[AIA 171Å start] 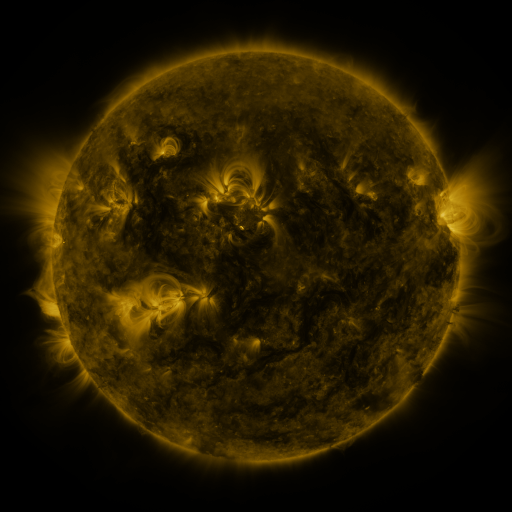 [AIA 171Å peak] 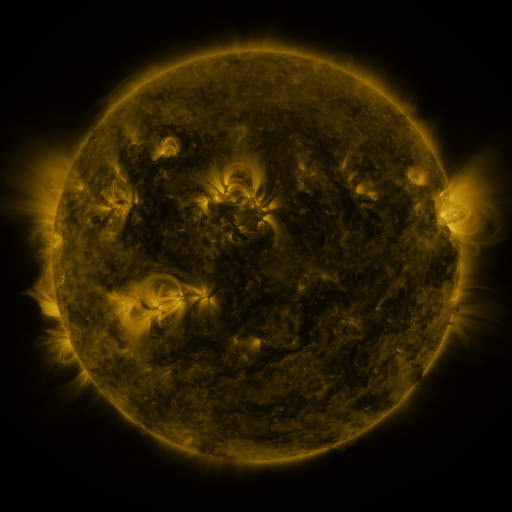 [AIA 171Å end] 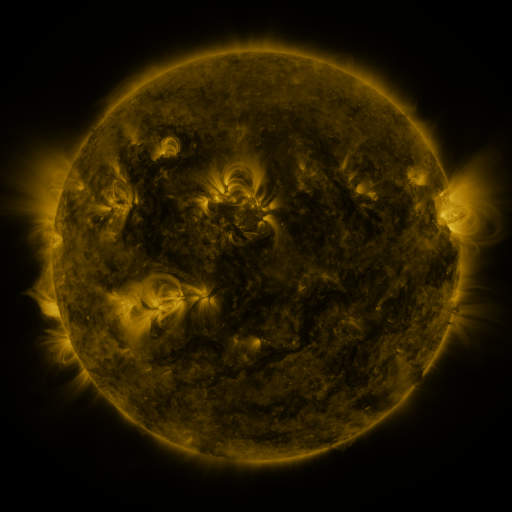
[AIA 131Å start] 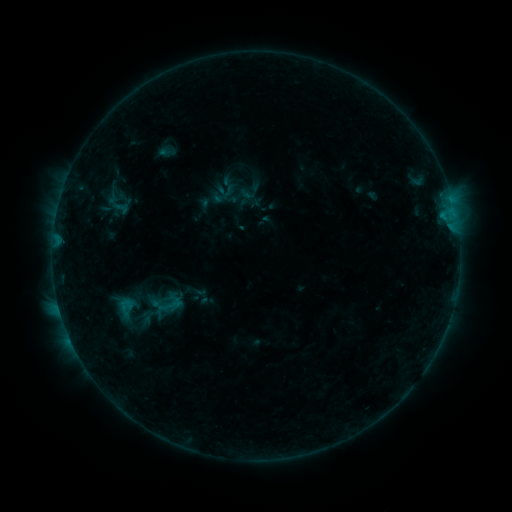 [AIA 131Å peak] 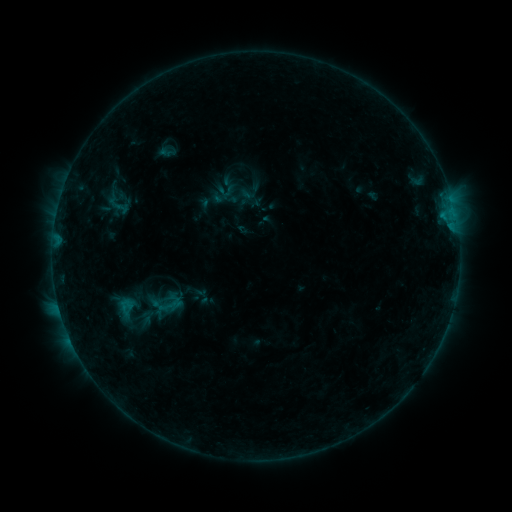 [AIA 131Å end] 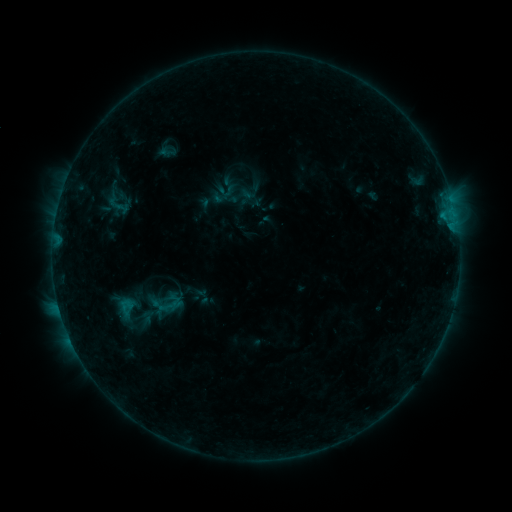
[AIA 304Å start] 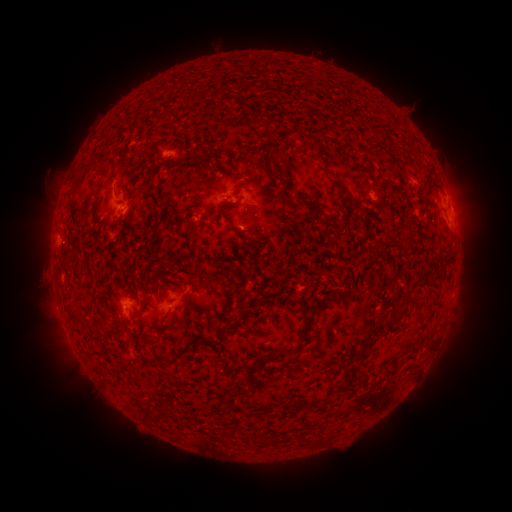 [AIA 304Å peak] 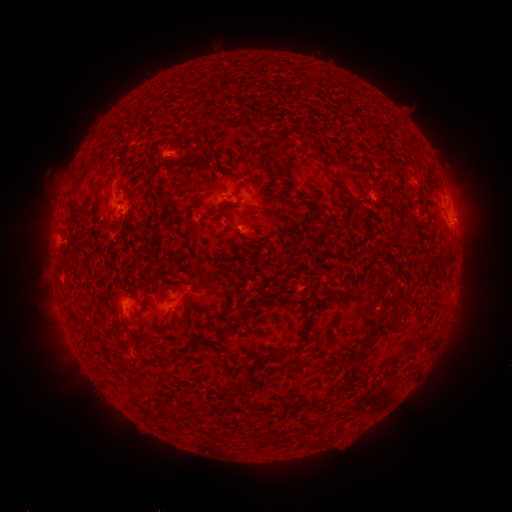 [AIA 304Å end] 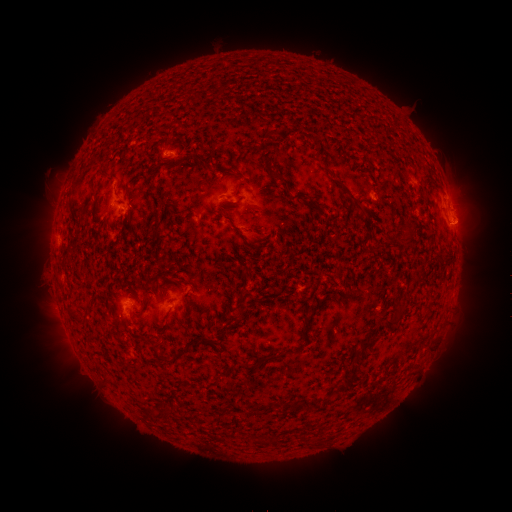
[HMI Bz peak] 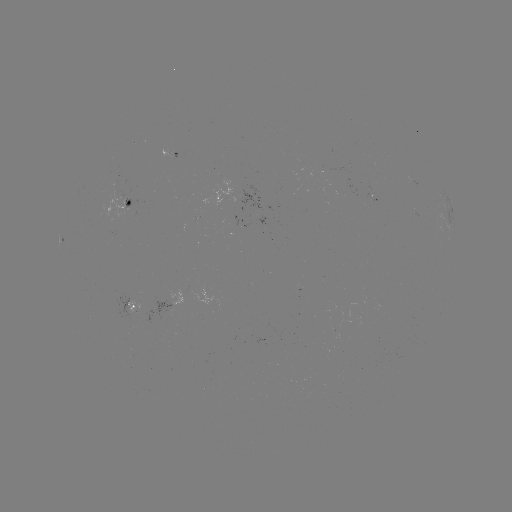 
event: eruption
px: (470, 222)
